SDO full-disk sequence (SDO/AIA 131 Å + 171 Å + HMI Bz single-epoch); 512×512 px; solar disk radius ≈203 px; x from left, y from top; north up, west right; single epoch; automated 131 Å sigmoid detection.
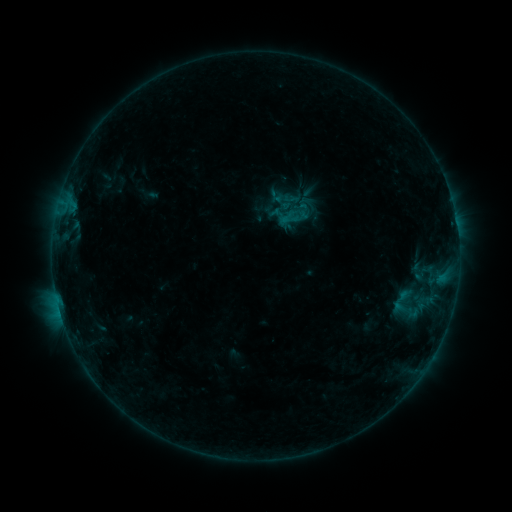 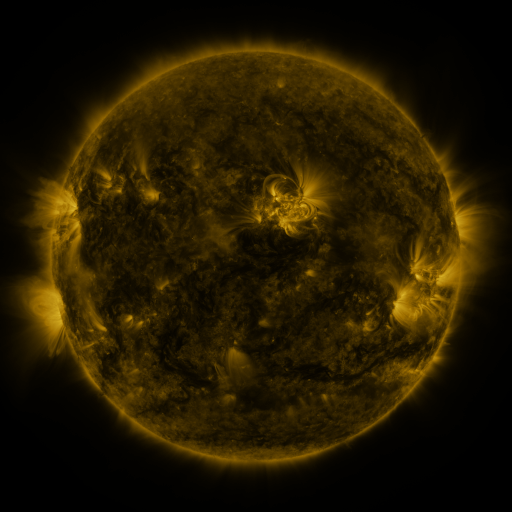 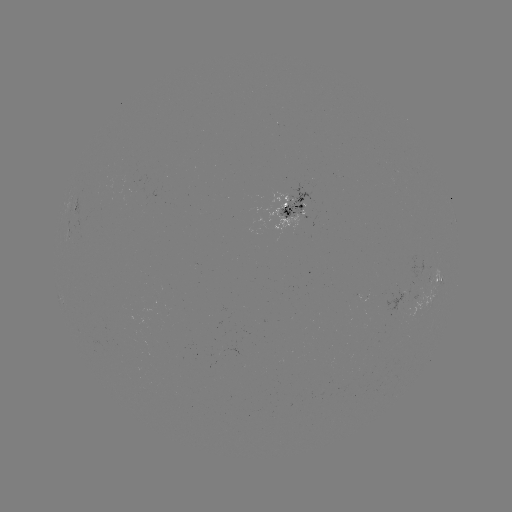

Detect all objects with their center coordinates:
sigmoid: (271, 192, 293, 213)
sigmoid: (306, 205, 326, 223)
